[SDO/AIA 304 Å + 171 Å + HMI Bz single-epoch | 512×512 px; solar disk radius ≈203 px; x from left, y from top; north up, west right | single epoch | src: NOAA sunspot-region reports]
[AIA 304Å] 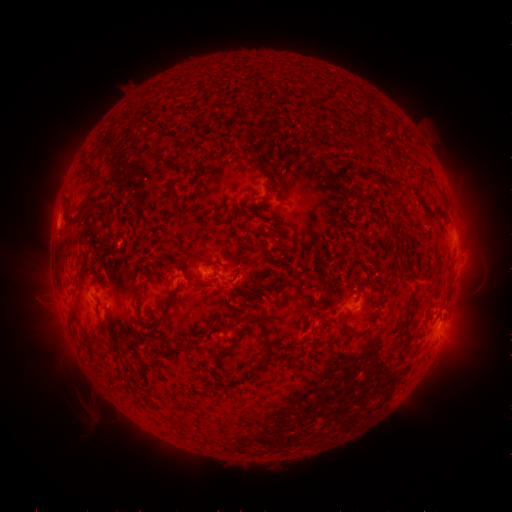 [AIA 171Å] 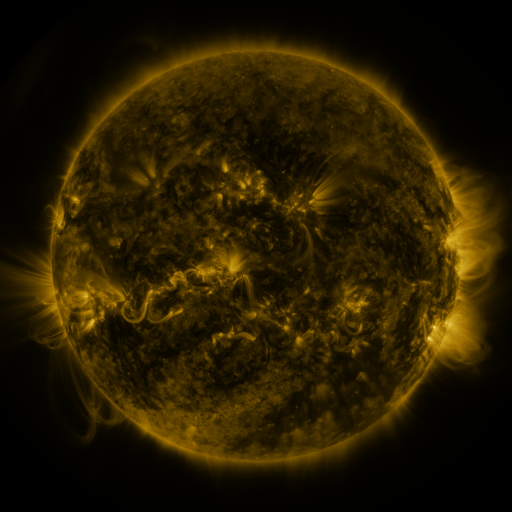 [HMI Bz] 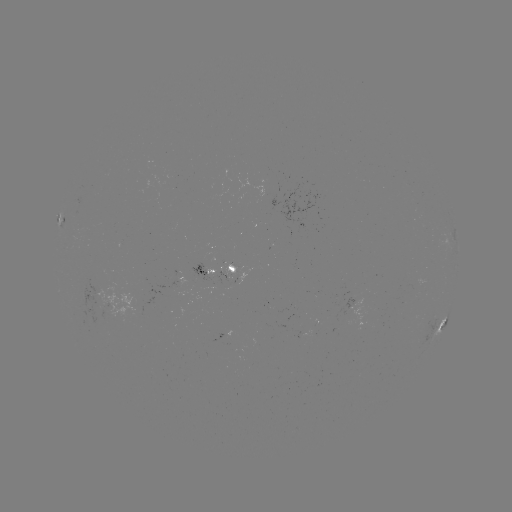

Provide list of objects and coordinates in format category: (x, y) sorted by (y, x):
spotted active region: (61, 220)
spotted active region: (231, 270)
spotted active region: (210, 273)
spotted active region: (445, 322)
